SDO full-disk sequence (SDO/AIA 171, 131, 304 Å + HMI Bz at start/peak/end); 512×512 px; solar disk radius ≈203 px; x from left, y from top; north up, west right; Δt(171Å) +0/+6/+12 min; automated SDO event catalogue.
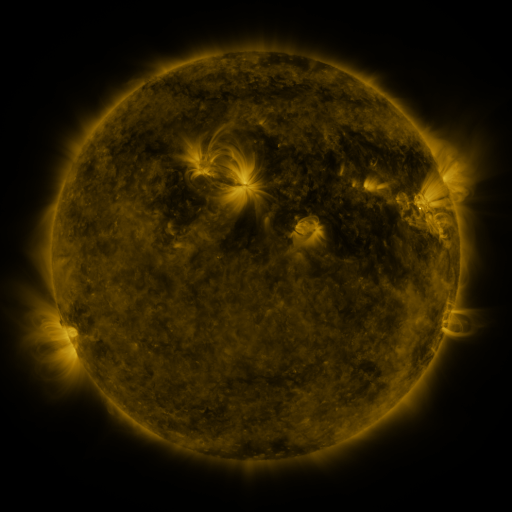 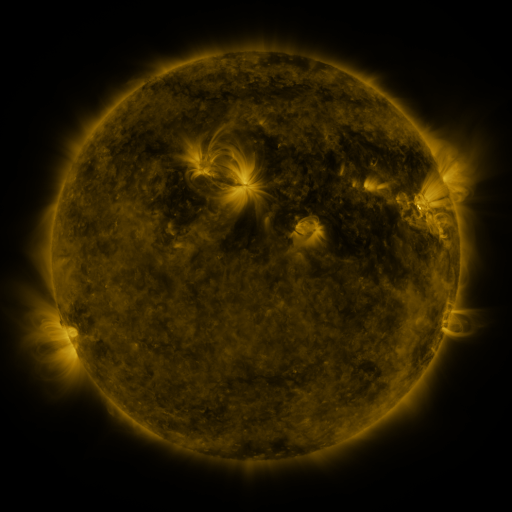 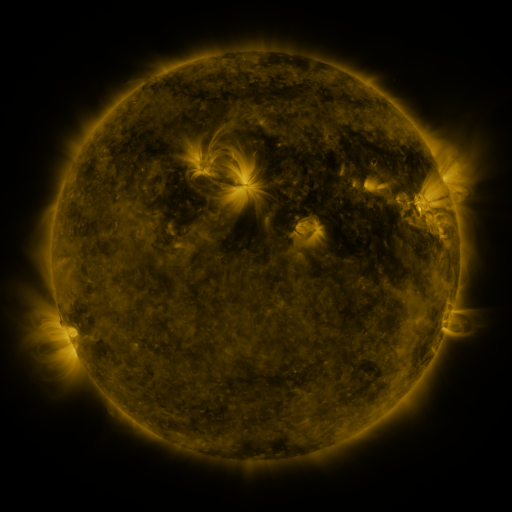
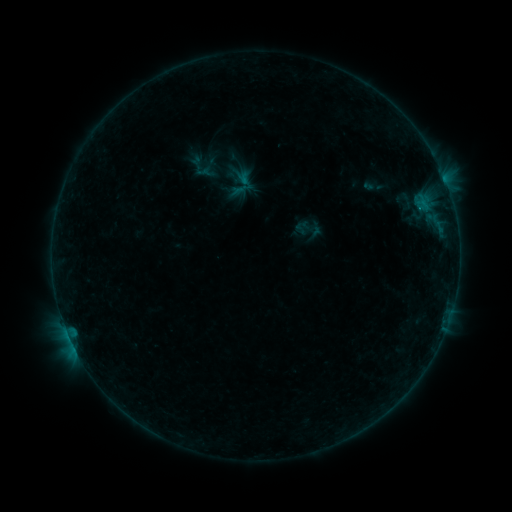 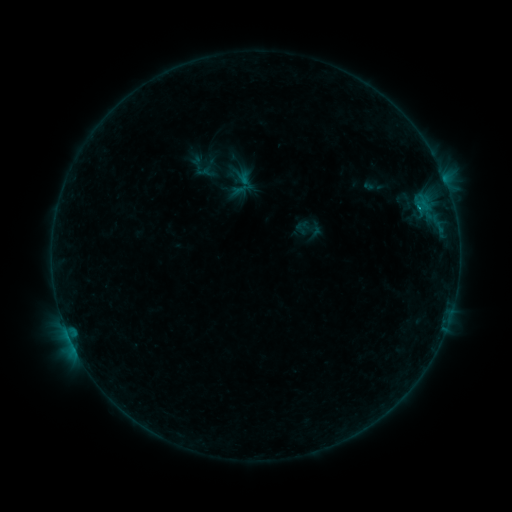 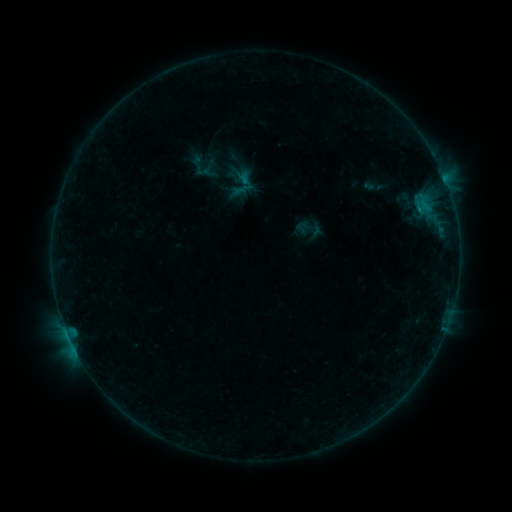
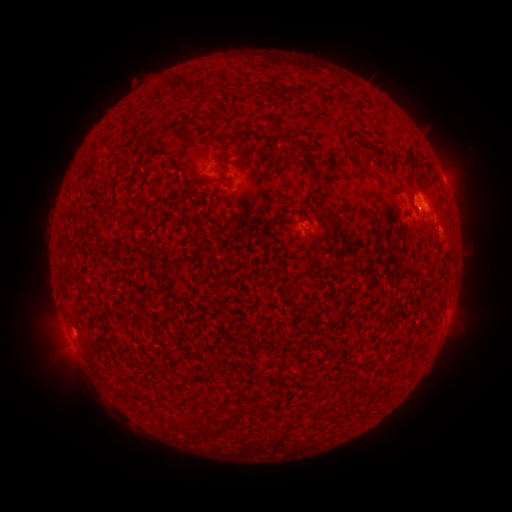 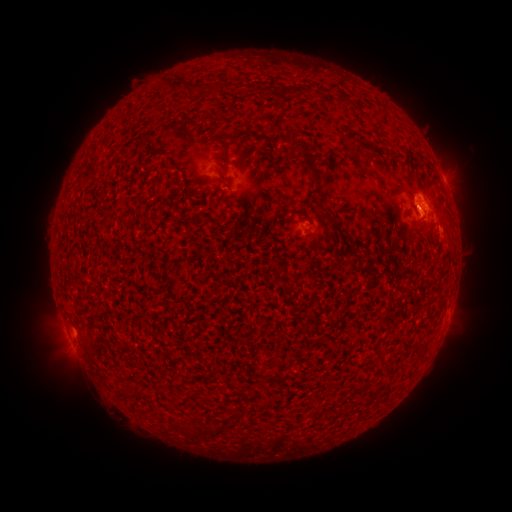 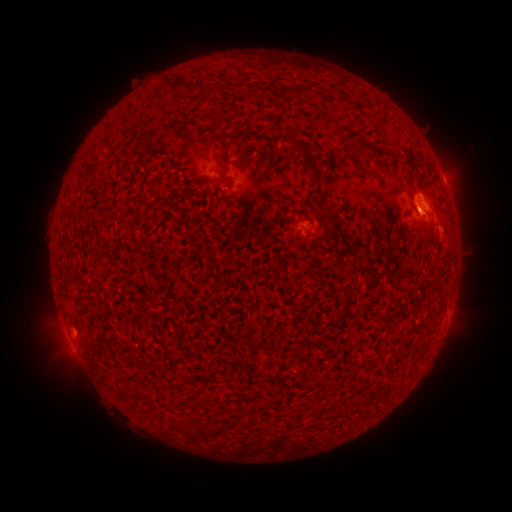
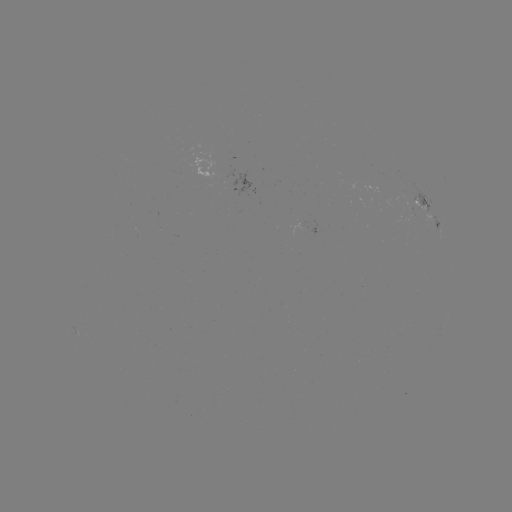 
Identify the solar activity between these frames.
B3.9 flare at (417, 209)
